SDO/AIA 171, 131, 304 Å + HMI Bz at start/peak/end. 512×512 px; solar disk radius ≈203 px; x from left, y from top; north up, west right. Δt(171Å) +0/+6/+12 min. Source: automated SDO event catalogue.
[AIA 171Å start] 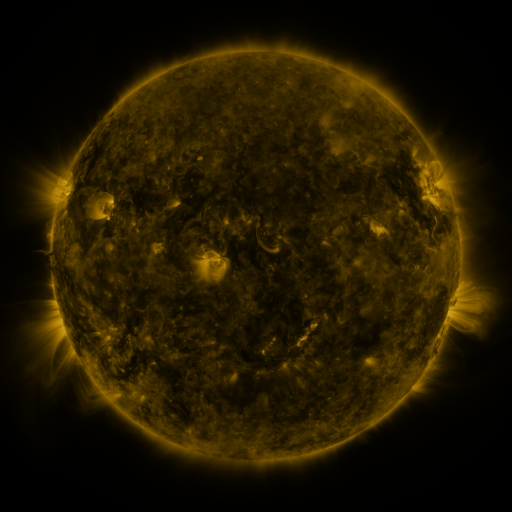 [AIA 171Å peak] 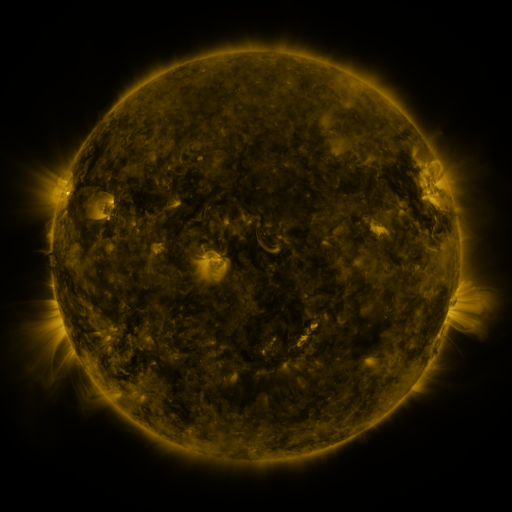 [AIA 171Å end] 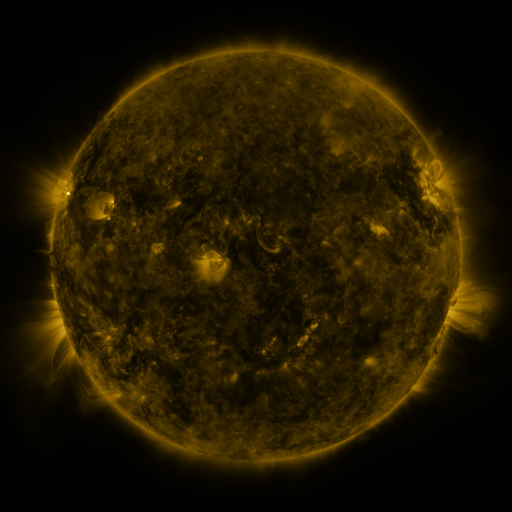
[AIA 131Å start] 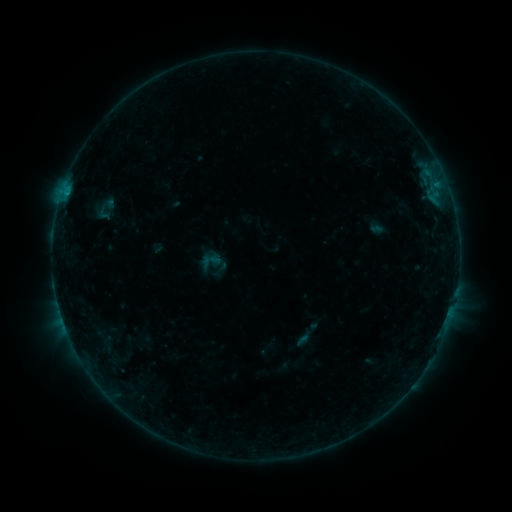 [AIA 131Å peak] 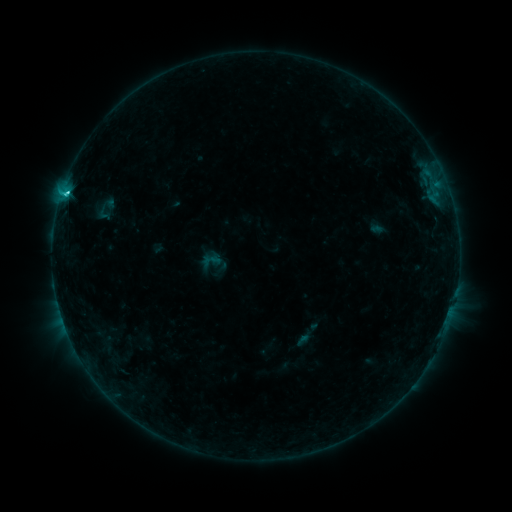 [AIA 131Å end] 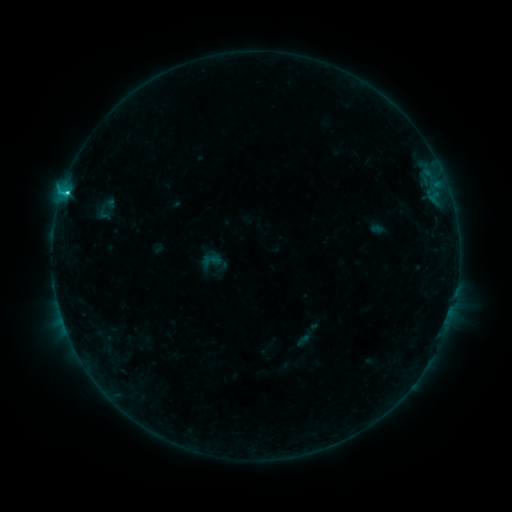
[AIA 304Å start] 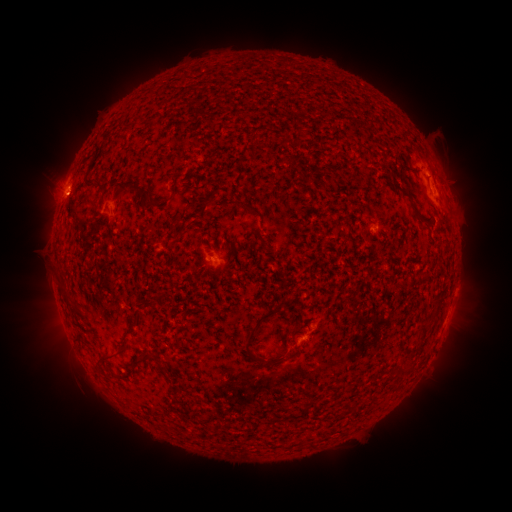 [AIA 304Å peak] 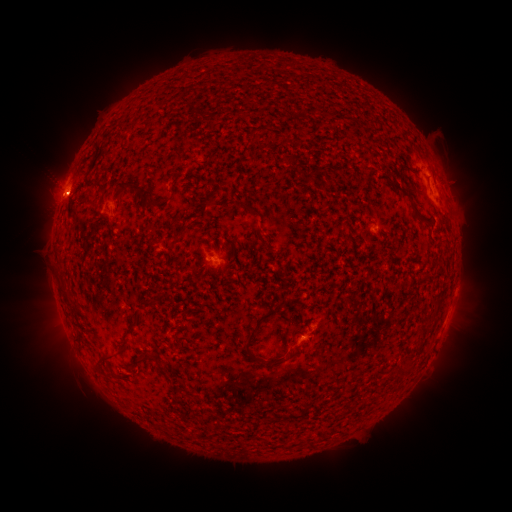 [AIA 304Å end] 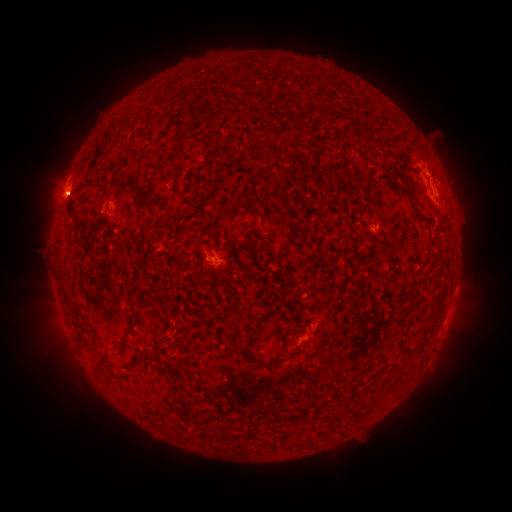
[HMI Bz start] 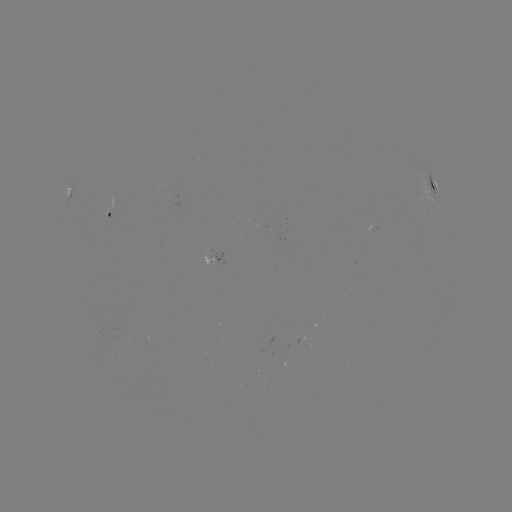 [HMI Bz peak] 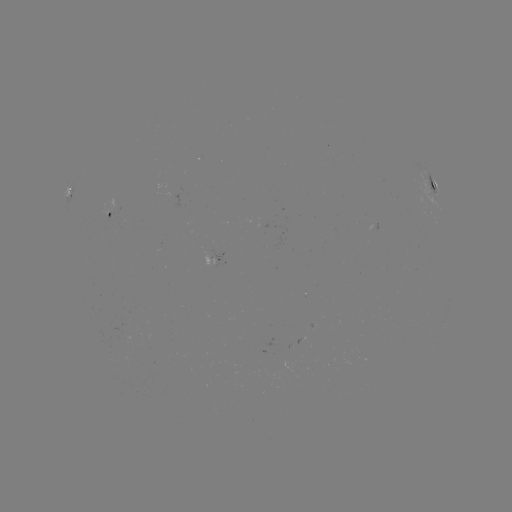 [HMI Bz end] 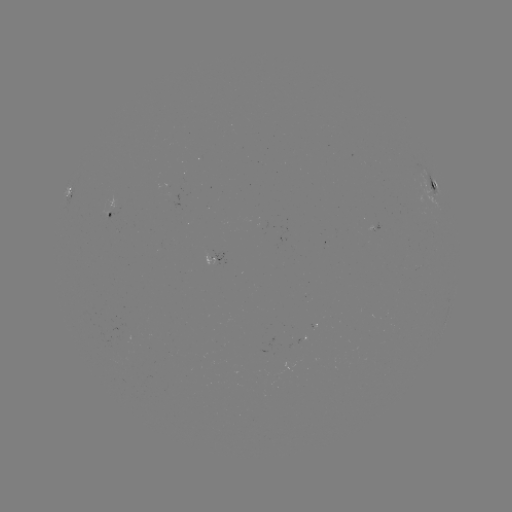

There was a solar flare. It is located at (67, 195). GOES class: C2.5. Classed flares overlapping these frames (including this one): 1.